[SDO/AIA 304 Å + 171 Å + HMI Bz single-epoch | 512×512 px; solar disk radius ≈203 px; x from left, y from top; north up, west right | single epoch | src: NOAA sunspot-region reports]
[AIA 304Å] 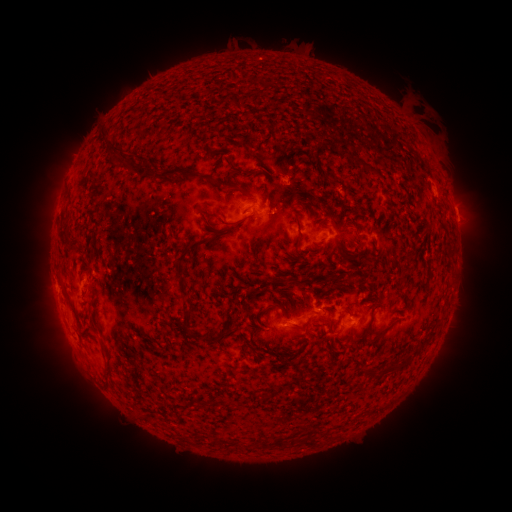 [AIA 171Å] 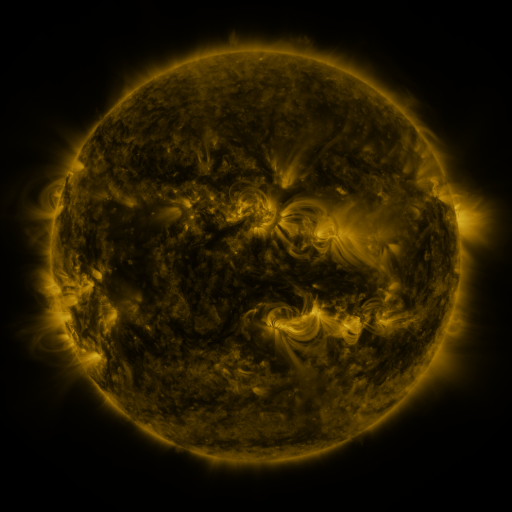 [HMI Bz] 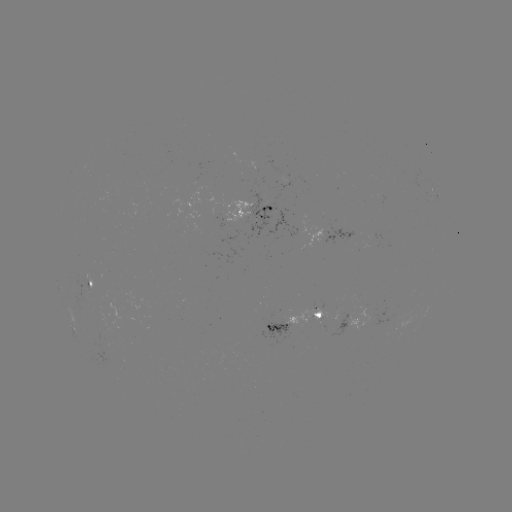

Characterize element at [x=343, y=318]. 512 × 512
spotted active region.